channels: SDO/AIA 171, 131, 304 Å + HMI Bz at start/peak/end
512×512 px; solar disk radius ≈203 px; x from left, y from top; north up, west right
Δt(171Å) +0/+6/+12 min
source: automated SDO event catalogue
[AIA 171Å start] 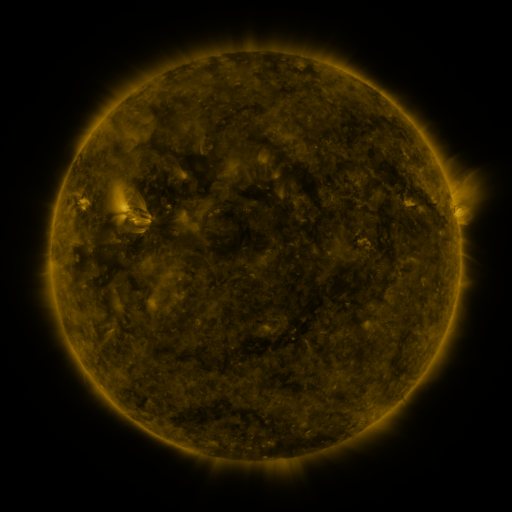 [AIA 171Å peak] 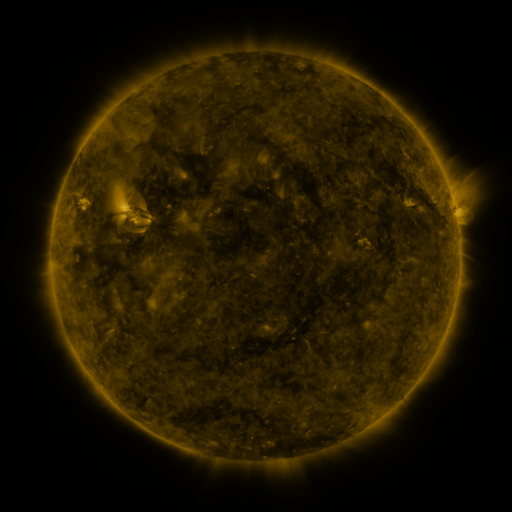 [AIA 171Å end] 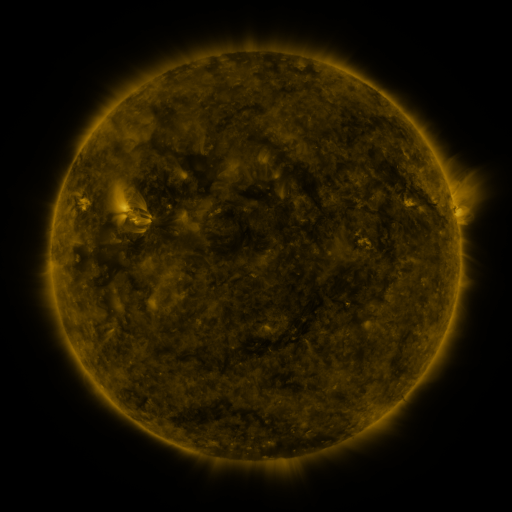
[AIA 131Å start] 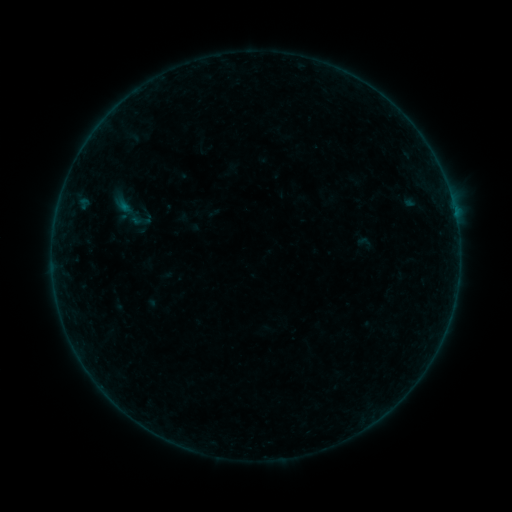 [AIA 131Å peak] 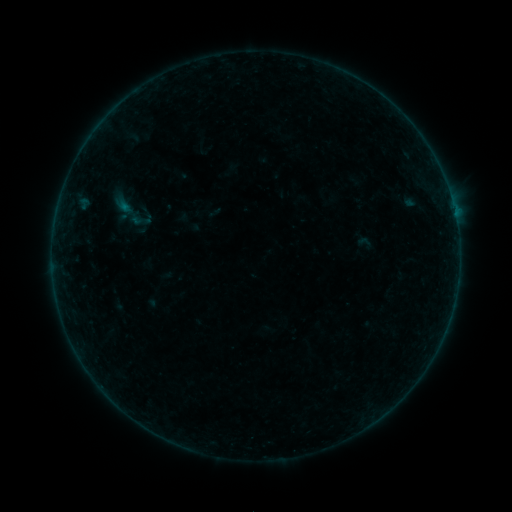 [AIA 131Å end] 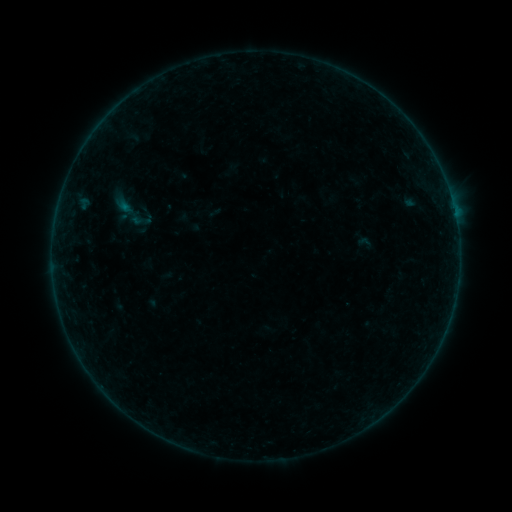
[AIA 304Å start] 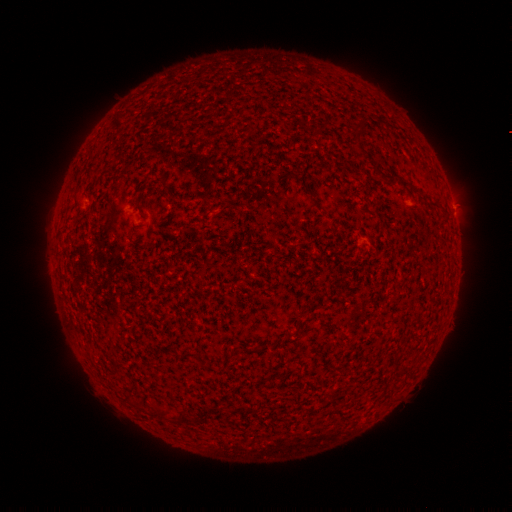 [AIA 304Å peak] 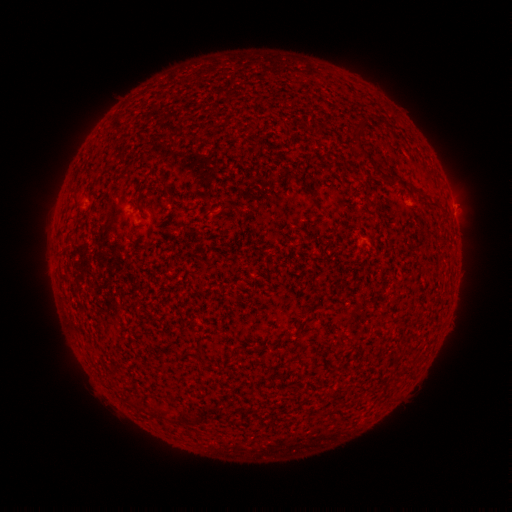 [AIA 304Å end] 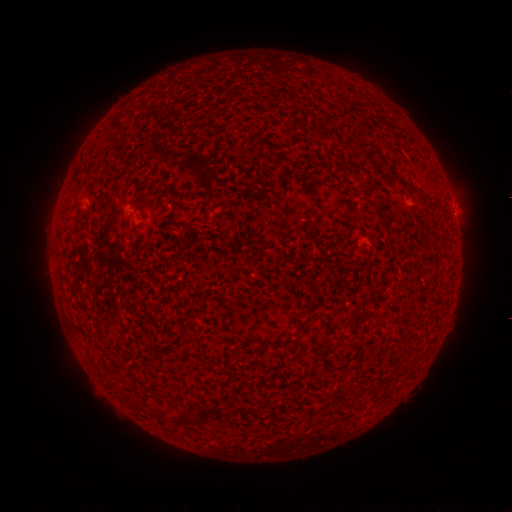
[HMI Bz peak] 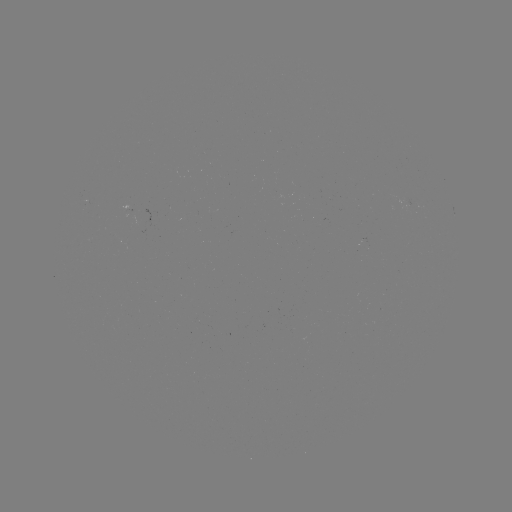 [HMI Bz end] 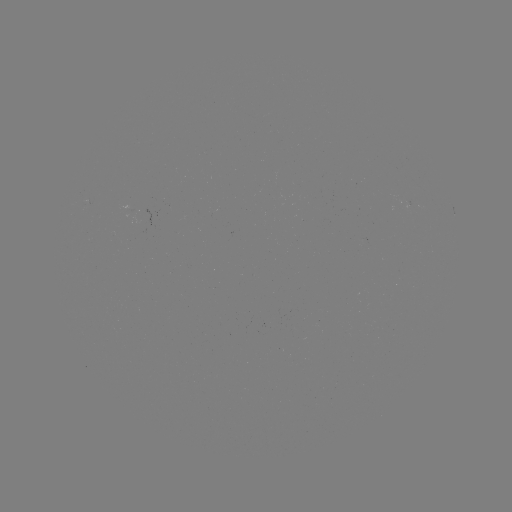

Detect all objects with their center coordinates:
B1.1 flare: (453, 210)
